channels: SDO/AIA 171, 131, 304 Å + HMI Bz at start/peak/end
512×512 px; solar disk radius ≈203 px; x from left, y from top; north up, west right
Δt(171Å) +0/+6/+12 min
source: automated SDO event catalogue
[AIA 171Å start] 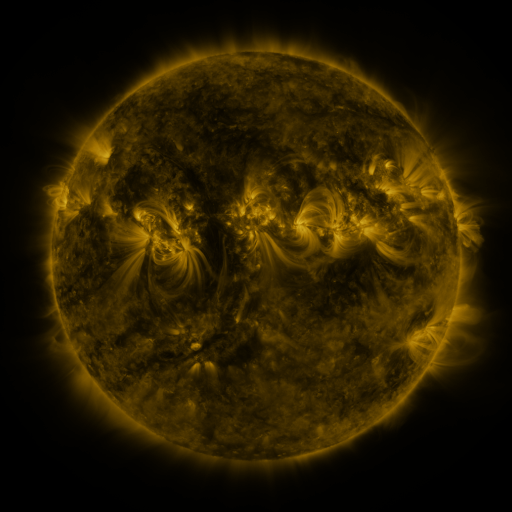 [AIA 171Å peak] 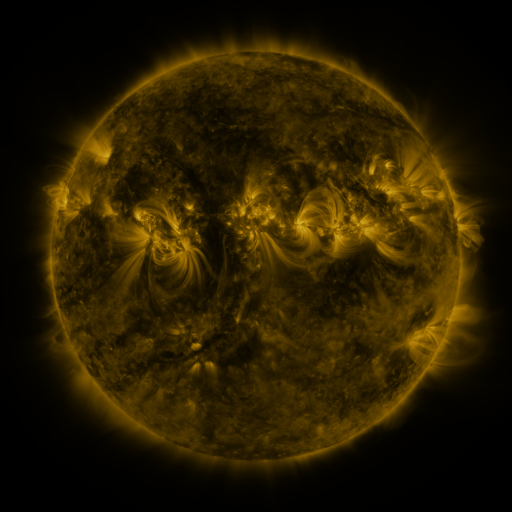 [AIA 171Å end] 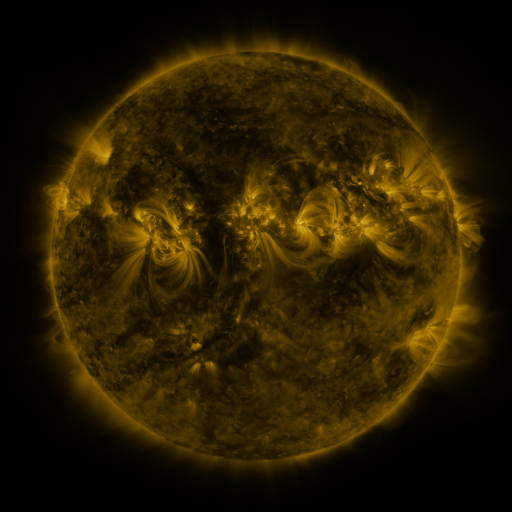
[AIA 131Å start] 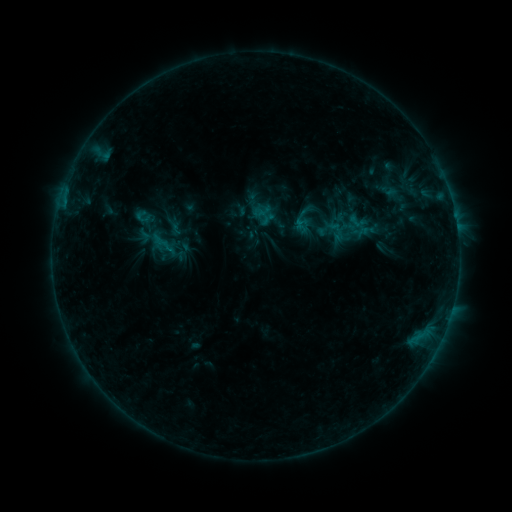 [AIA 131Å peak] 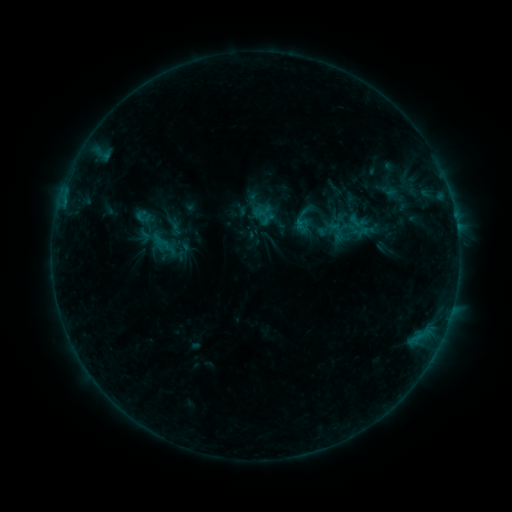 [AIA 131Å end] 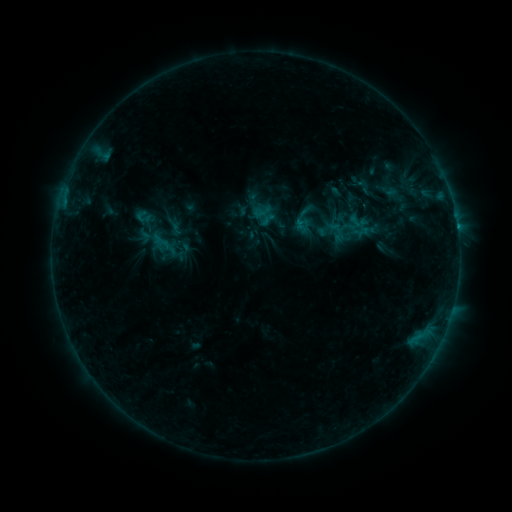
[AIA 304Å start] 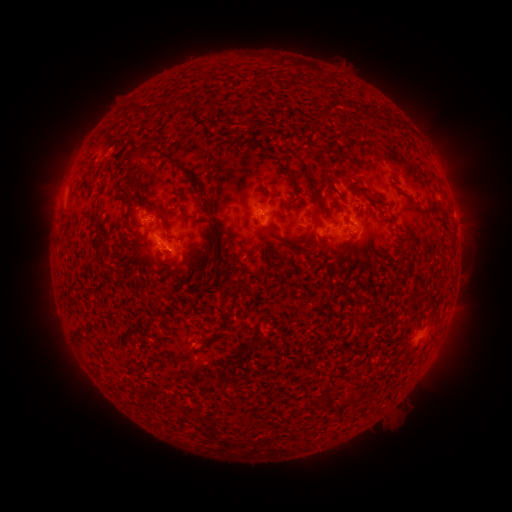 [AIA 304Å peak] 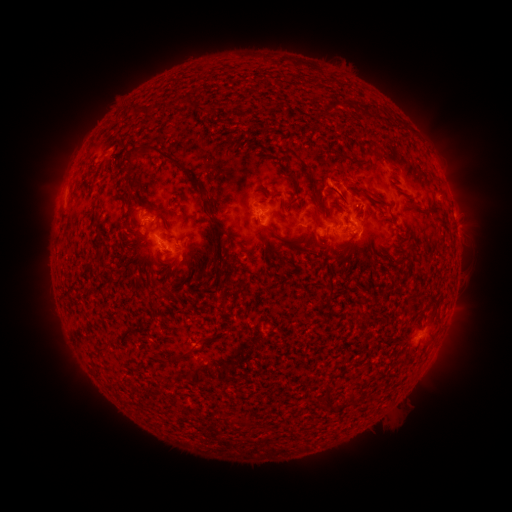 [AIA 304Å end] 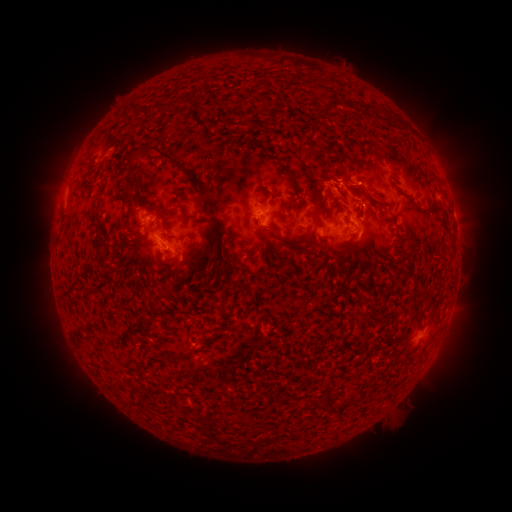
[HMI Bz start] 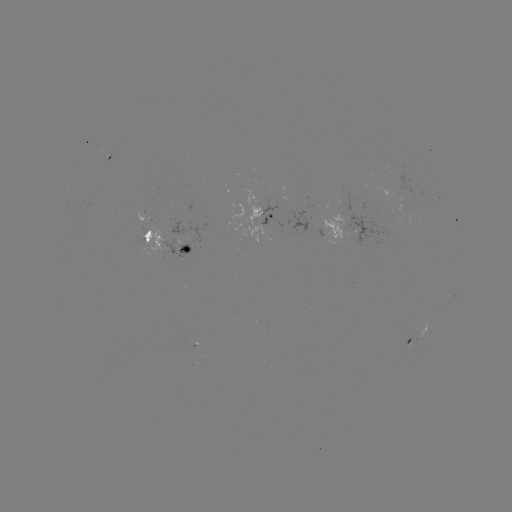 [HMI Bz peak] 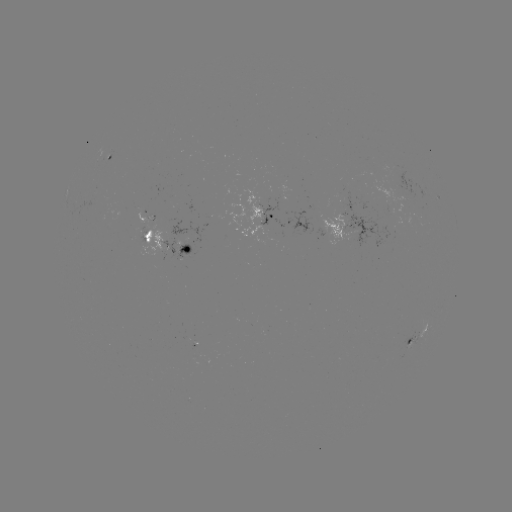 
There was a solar eruption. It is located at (350, 179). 